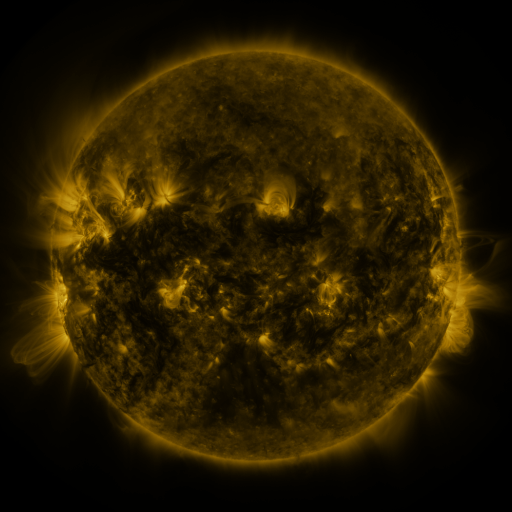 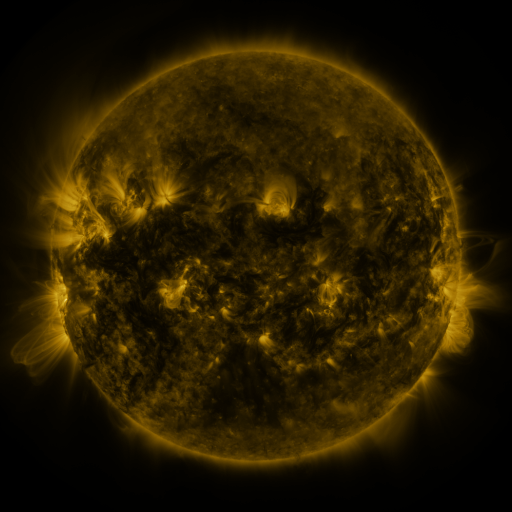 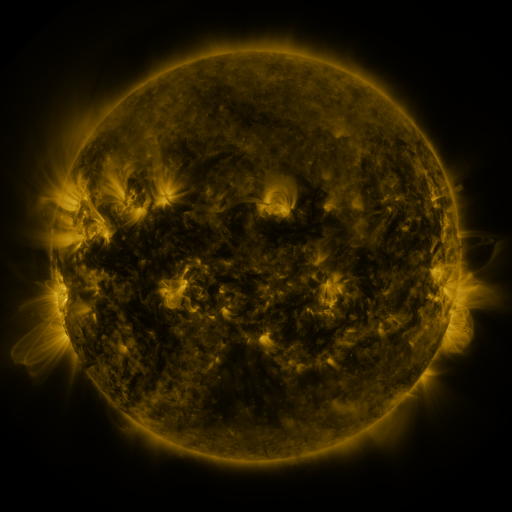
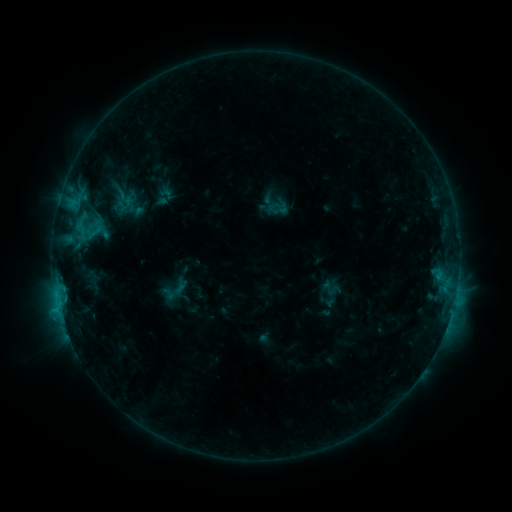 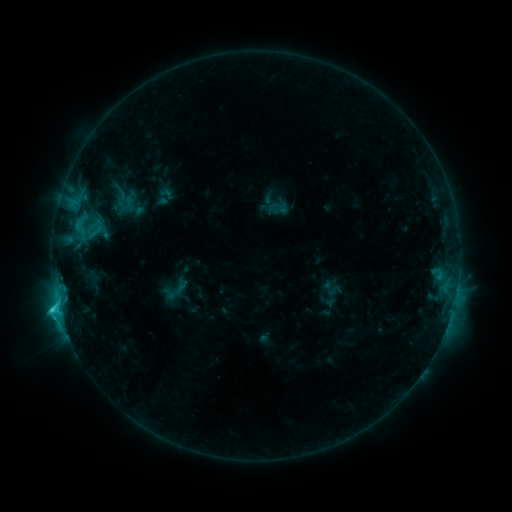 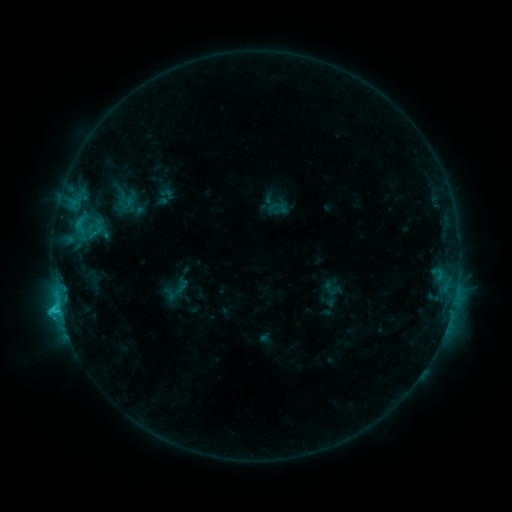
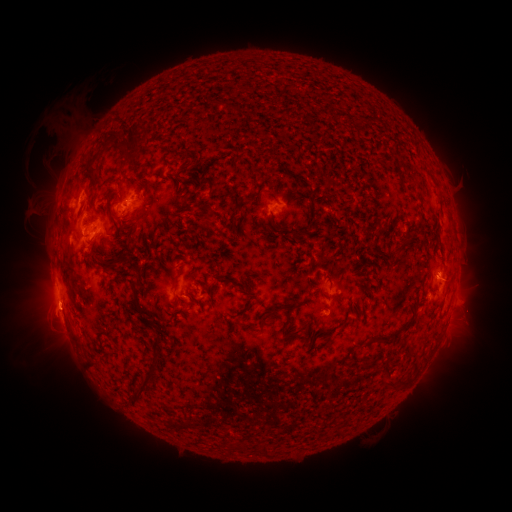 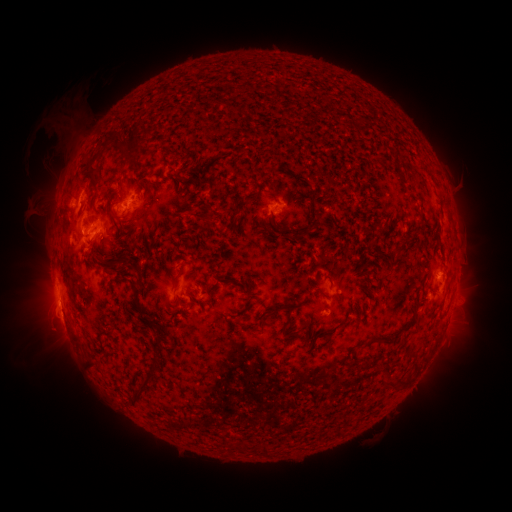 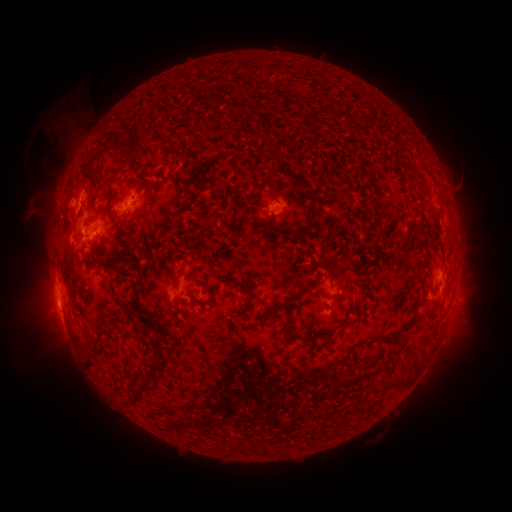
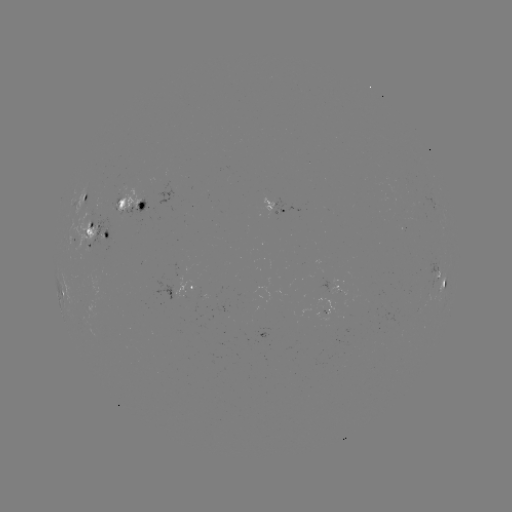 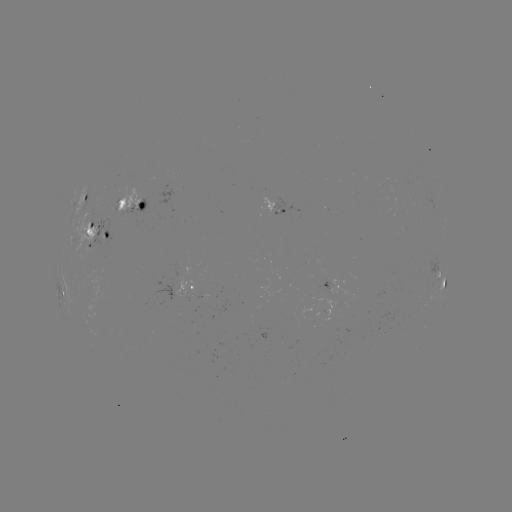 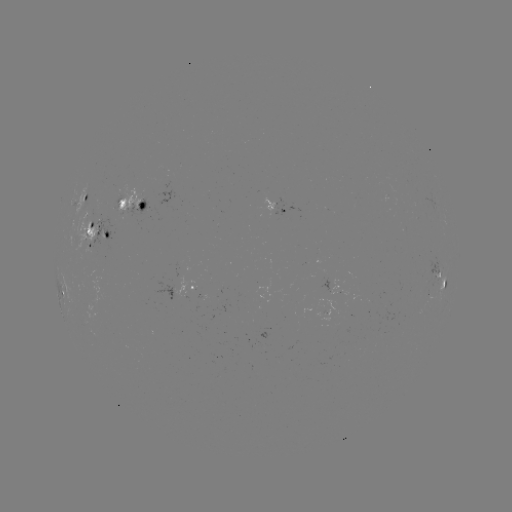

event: eruption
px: (53, 309)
